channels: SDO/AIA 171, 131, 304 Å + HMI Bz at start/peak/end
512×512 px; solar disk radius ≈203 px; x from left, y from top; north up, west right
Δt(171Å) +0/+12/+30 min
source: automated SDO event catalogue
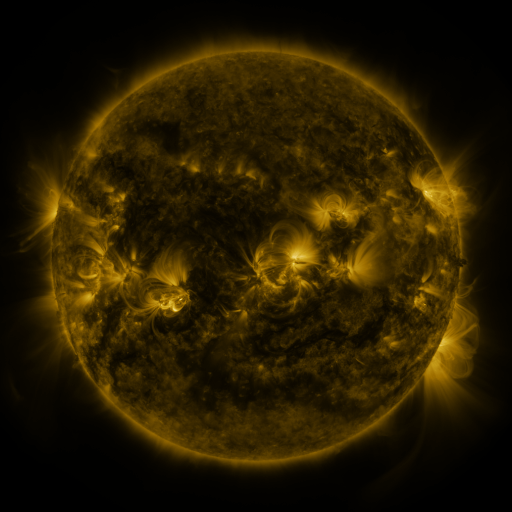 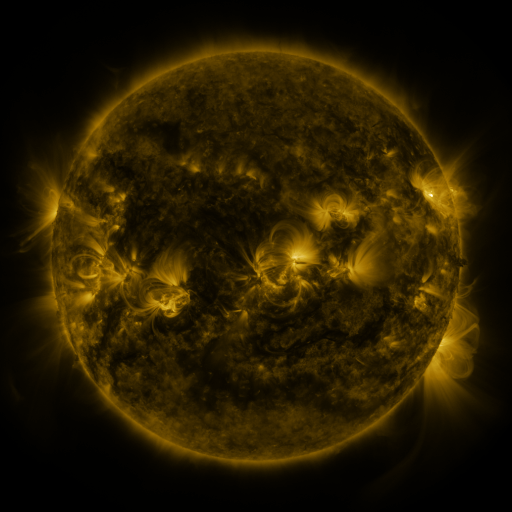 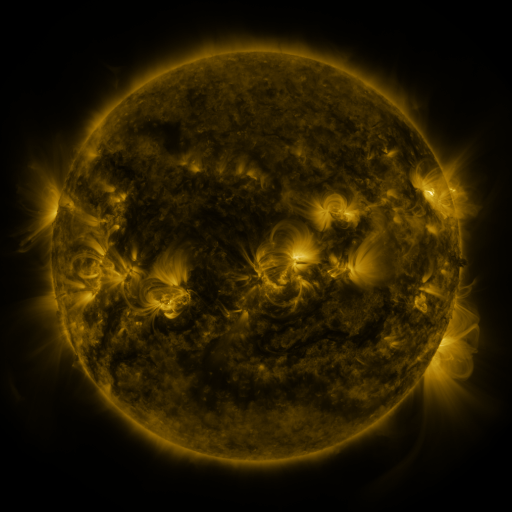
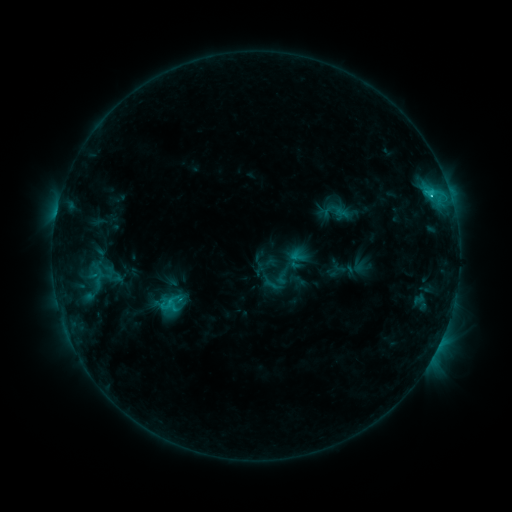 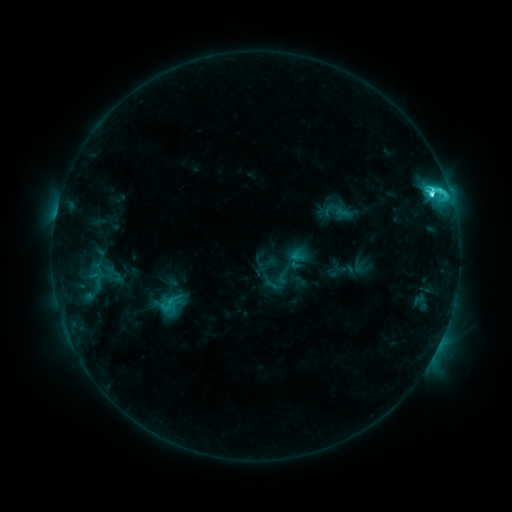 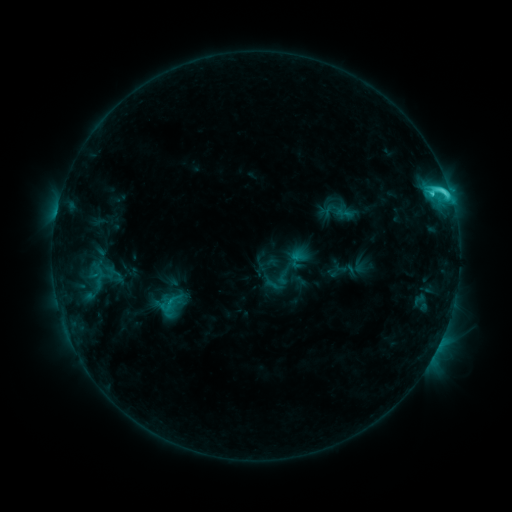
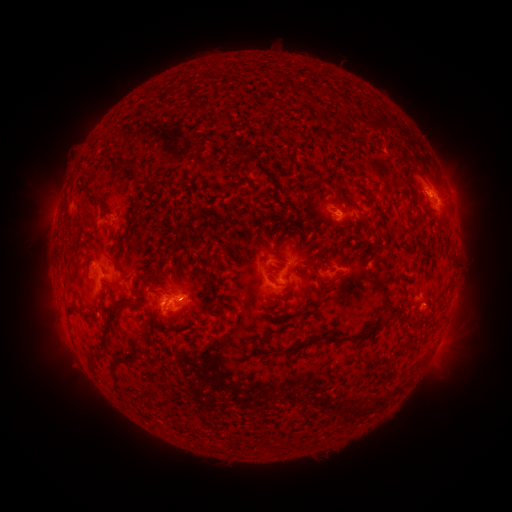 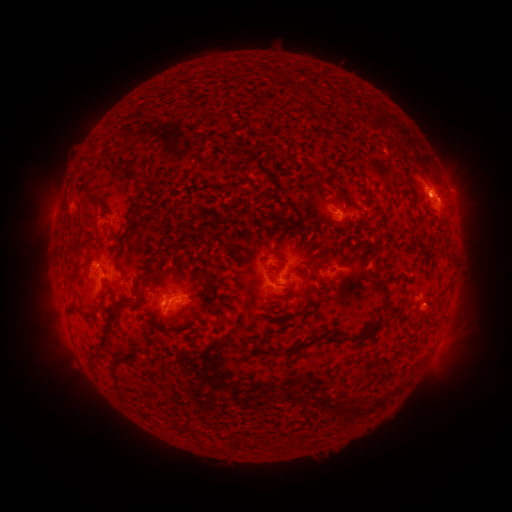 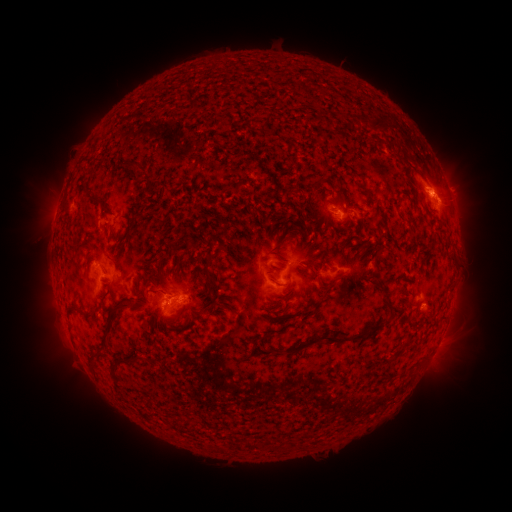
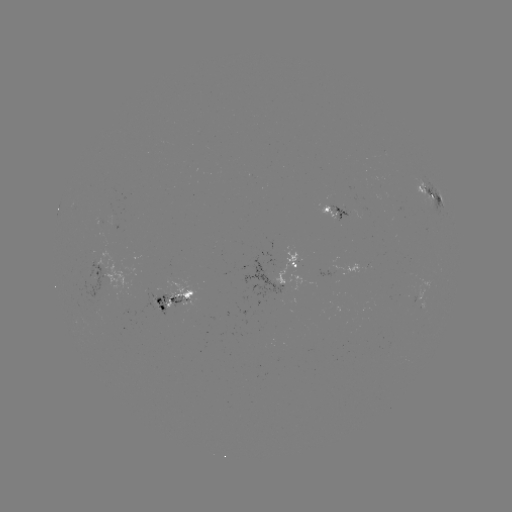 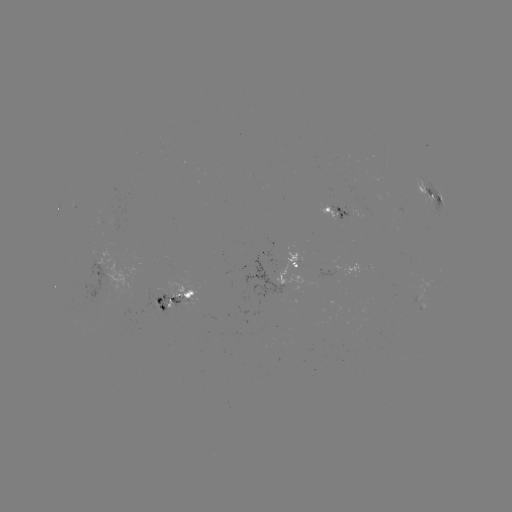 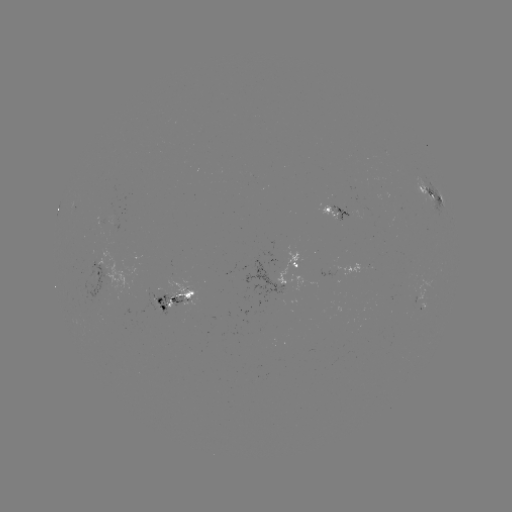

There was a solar flare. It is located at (431, 195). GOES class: C6.9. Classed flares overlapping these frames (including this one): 1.